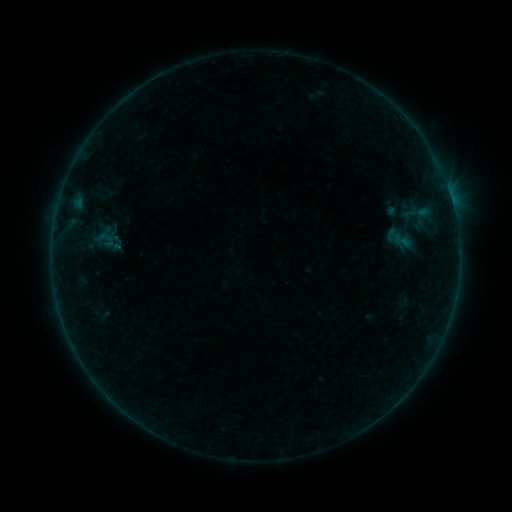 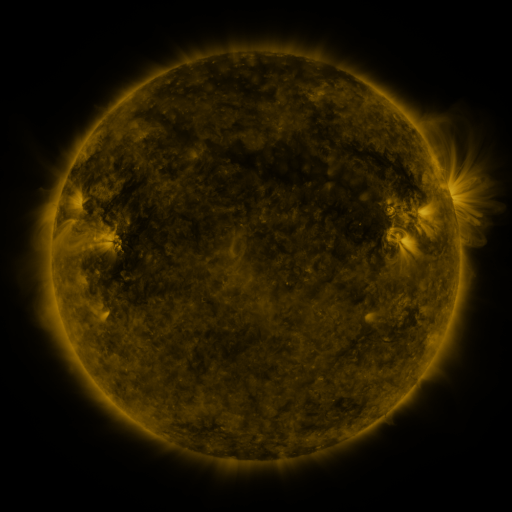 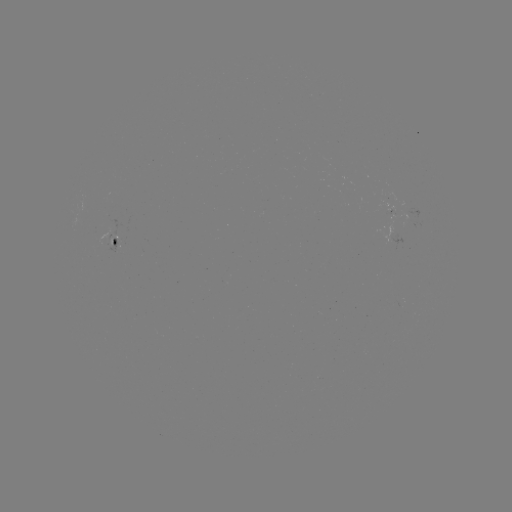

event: sigmoid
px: (106, 239)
